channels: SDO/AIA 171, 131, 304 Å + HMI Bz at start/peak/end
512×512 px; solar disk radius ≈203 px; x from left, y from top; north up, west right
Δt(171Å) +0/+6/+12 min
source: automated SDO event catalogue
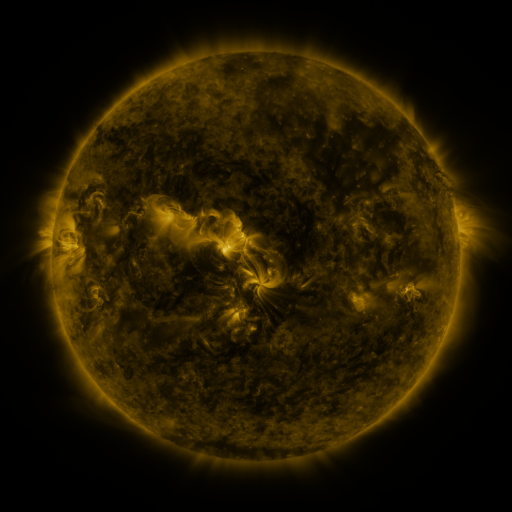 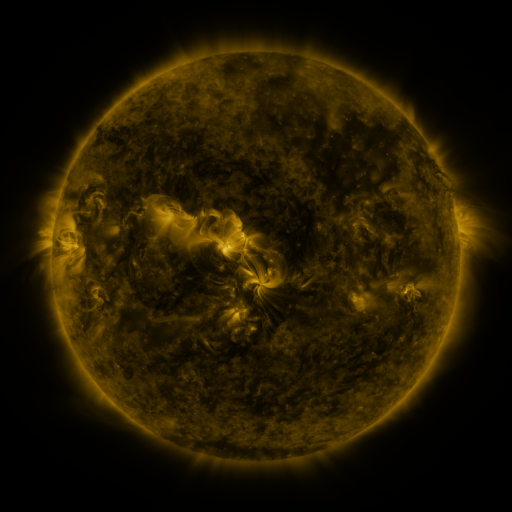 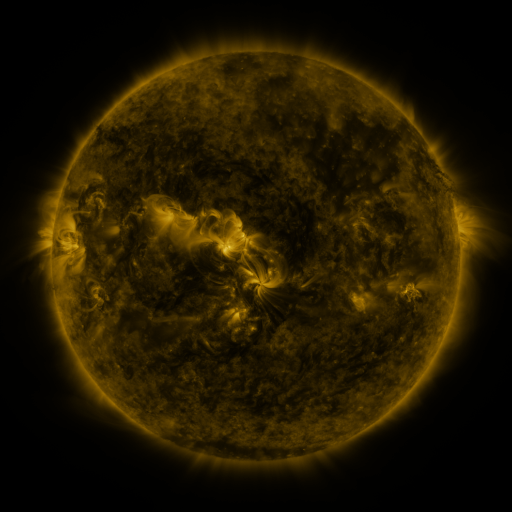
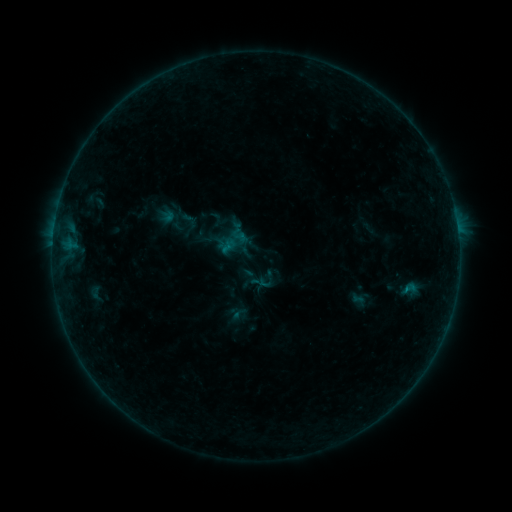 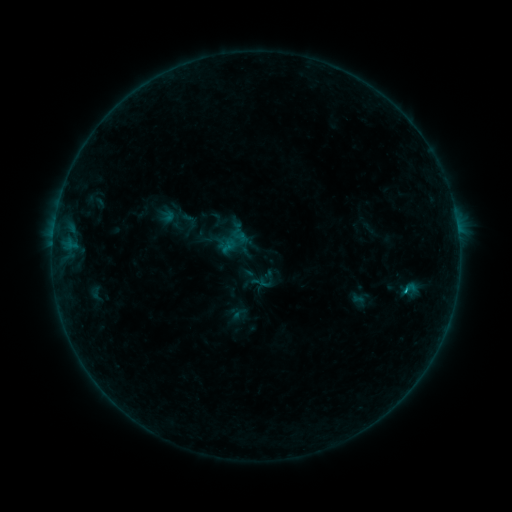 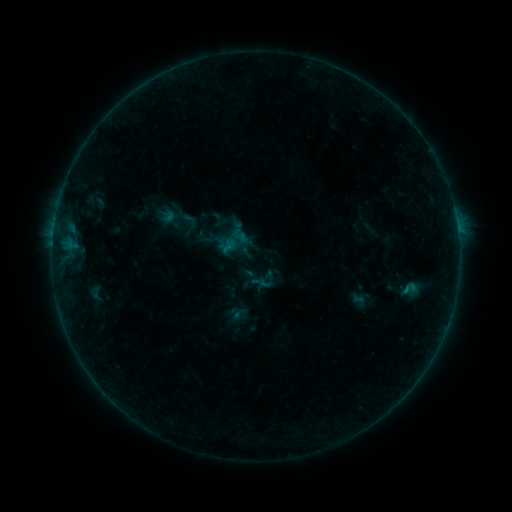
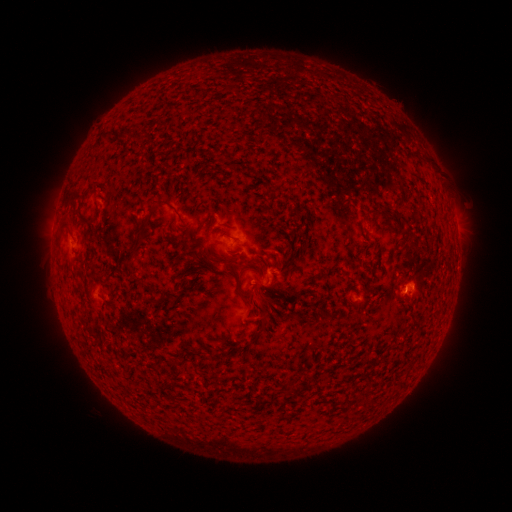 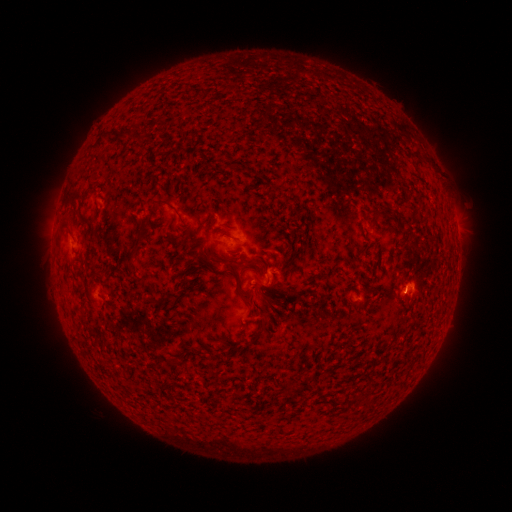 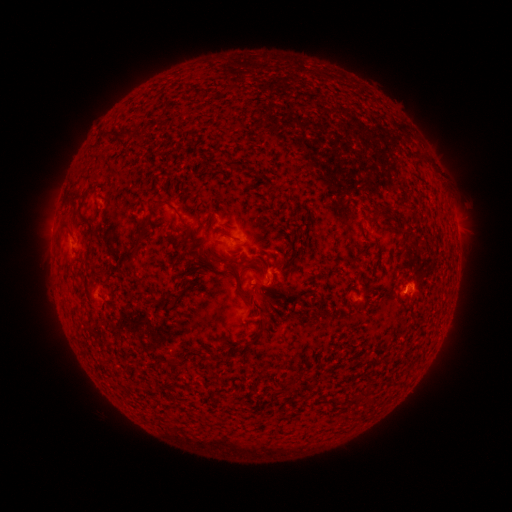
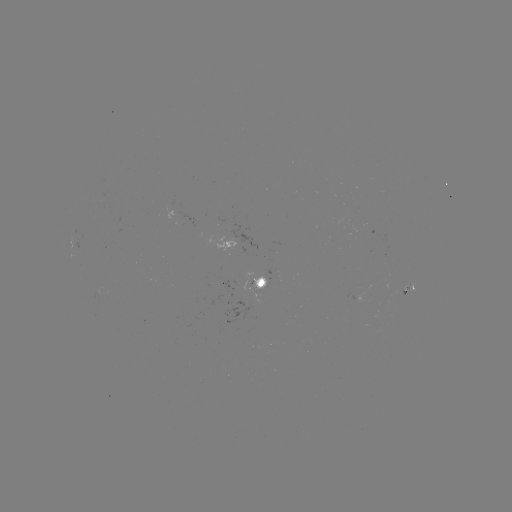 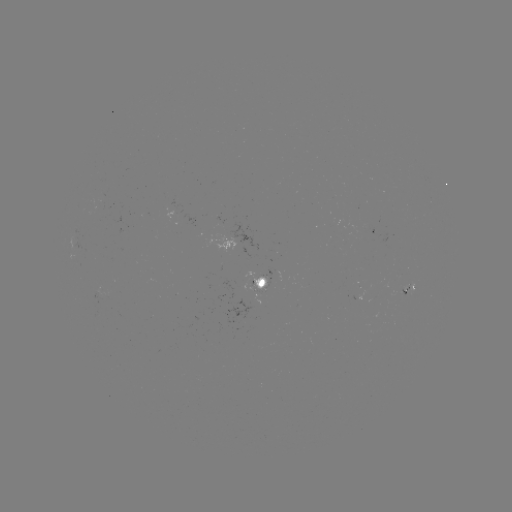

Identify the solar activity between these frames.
B3.5 flare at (403, 290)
